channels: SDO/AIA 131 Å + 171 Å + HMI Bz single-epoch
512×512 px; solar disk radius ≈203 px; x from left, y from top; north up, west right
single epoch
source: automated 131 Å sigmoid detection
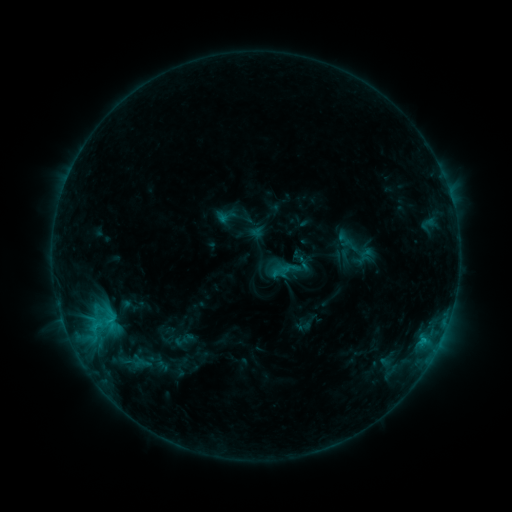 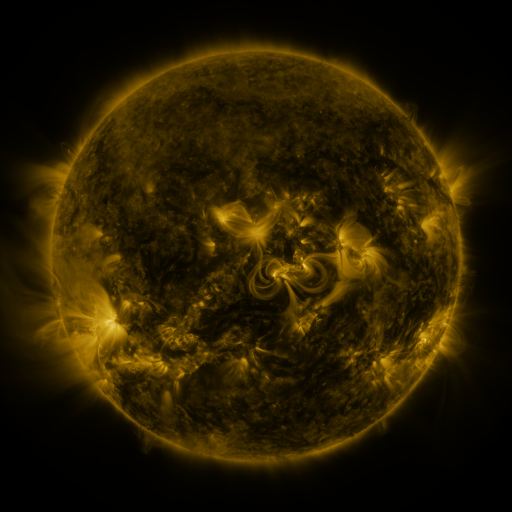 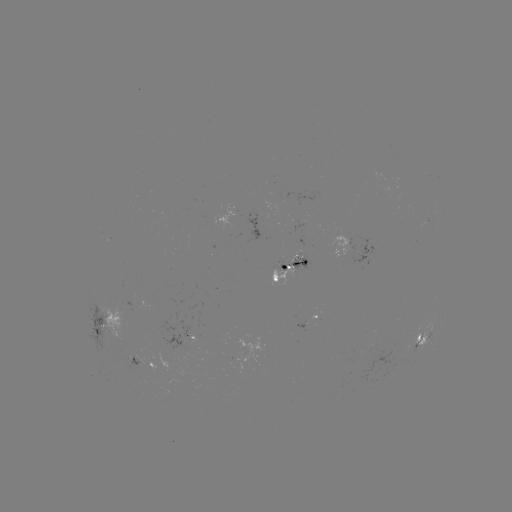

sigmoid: [267, 243, 315, 290]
